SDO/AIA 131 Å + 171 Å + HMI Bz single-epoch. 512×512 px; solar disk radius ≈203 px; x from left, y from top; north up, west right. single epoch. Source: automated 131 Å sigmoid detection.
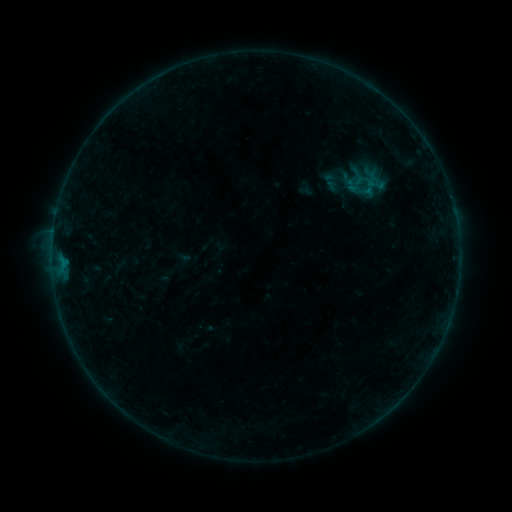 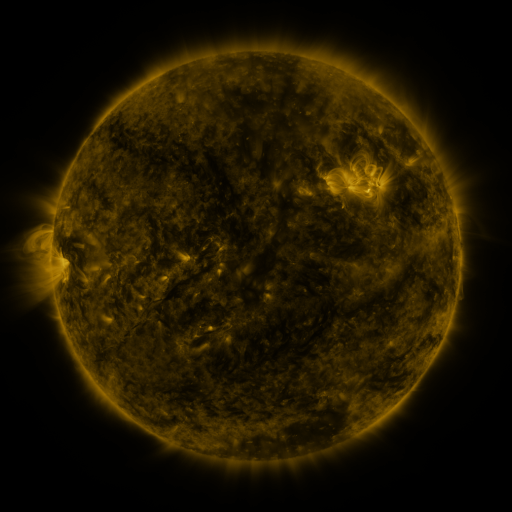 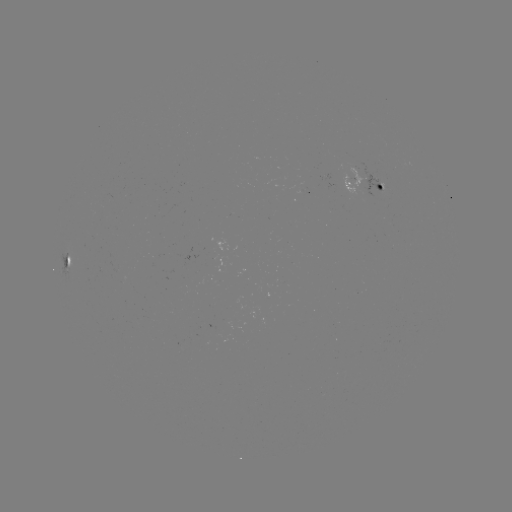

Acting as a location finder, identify sigmoid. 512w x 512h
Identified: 370,187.